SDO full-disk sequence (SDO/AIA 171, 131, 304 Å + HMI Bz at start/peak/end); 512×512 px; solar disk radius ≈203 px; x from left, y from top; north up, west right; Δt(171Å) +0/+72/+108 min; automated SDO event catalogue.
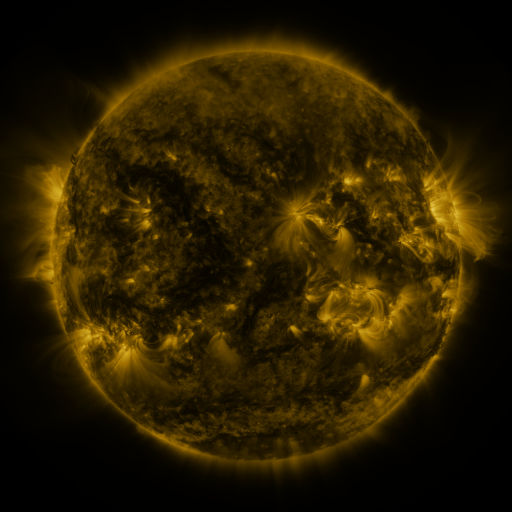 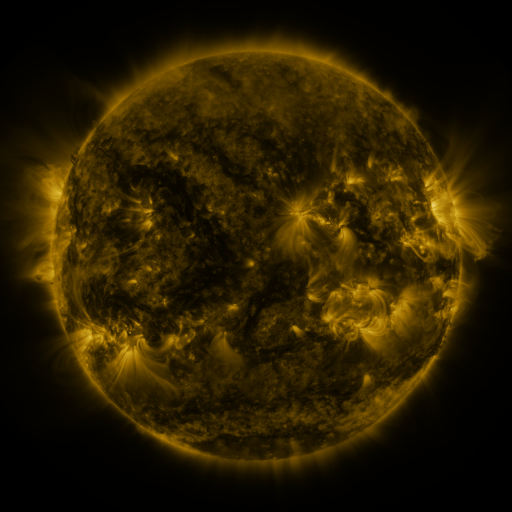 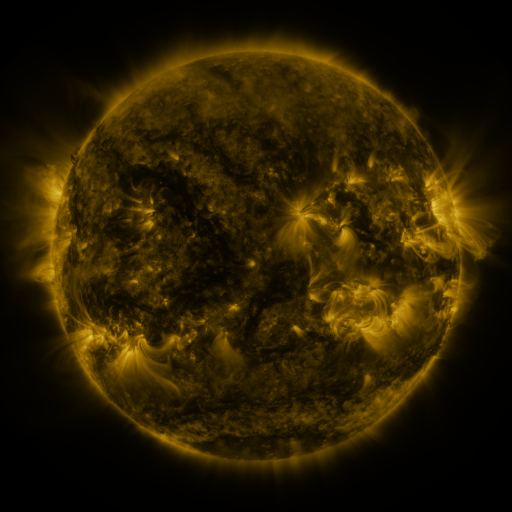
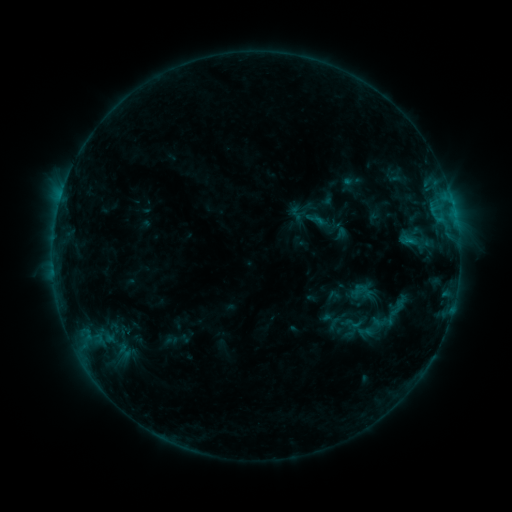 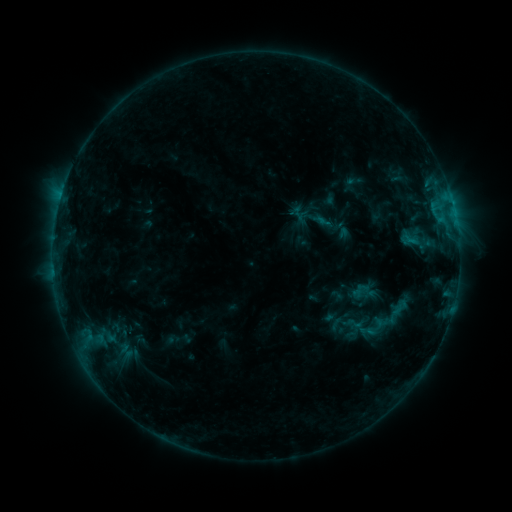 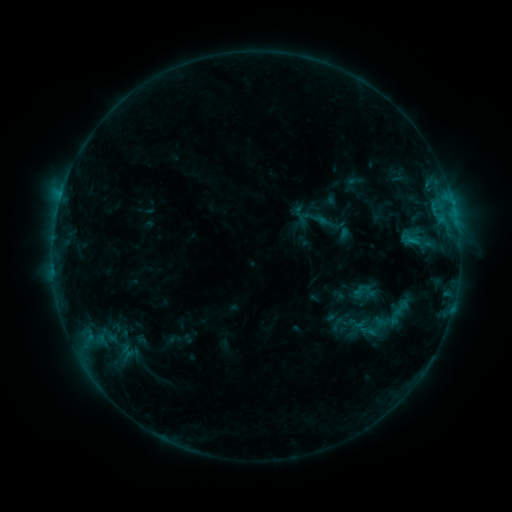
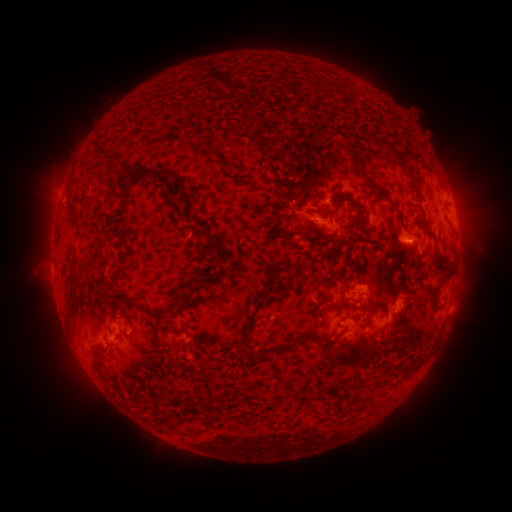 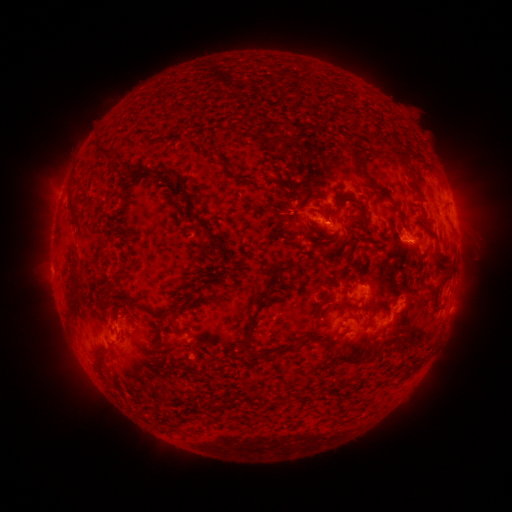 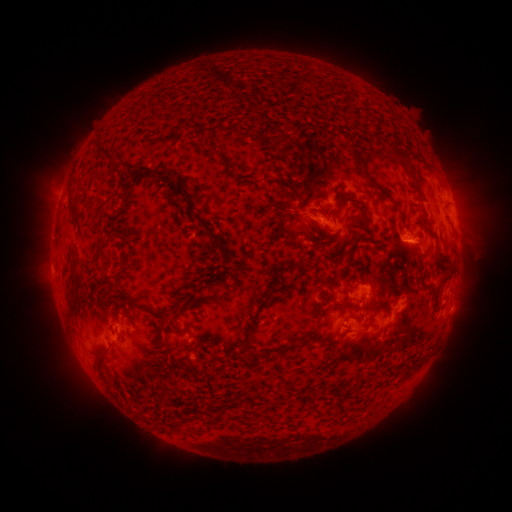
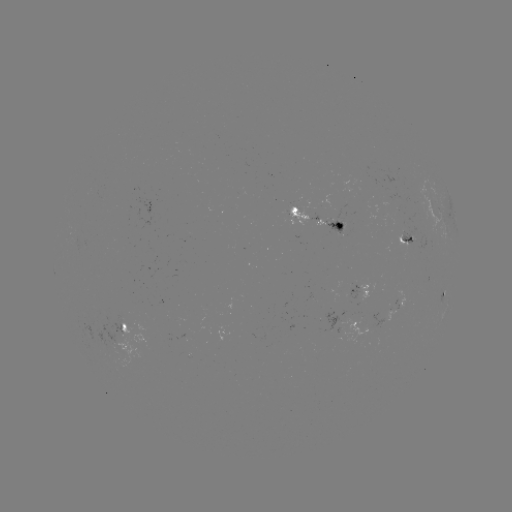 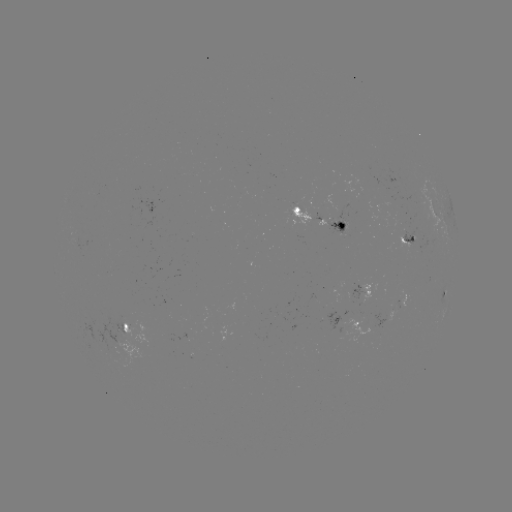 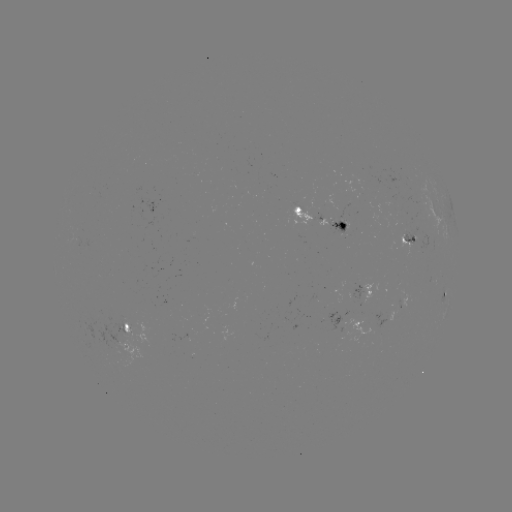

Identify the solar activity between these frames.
emerging-flux region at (415, 233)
